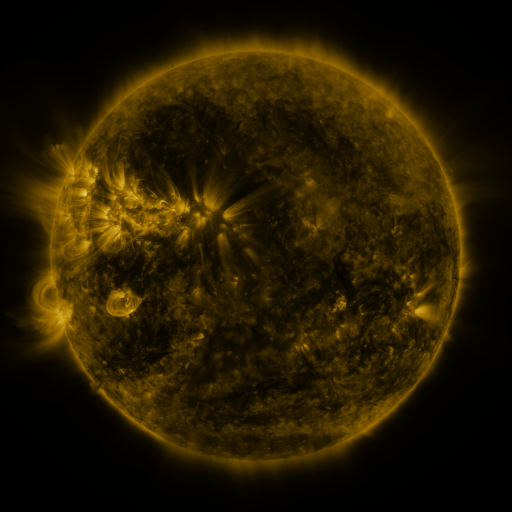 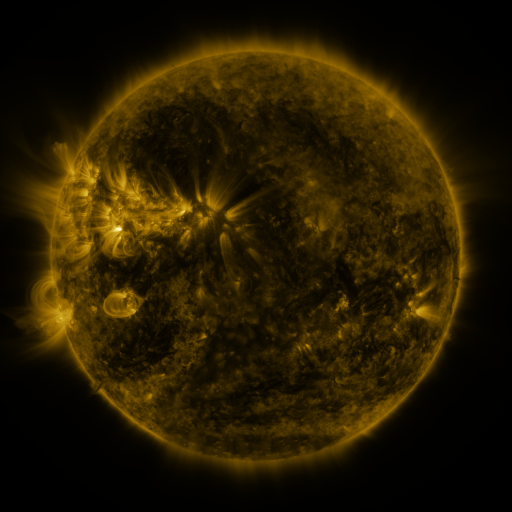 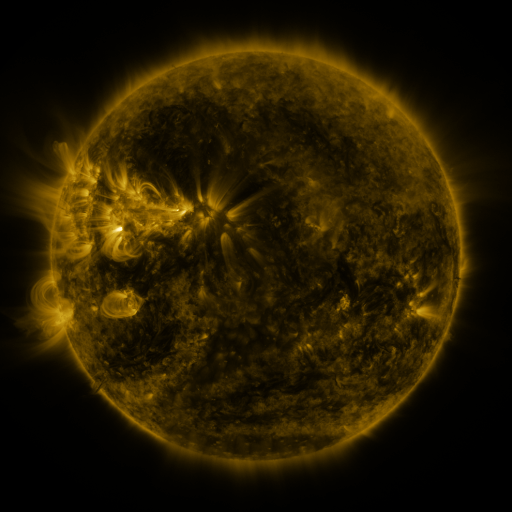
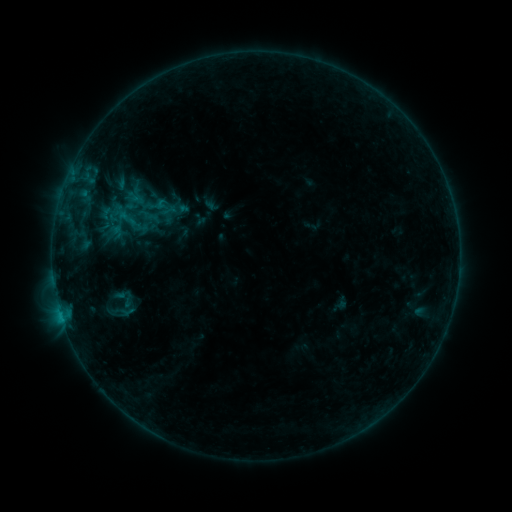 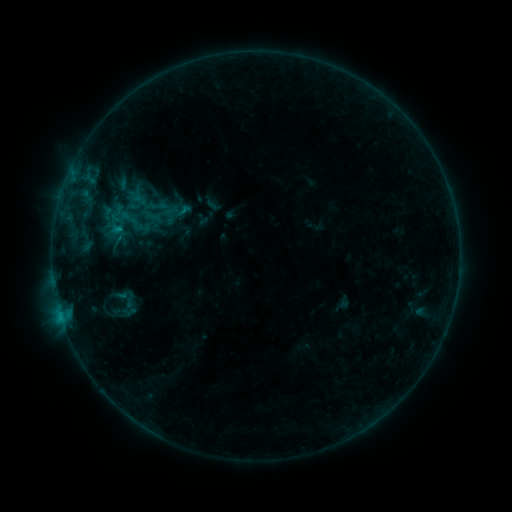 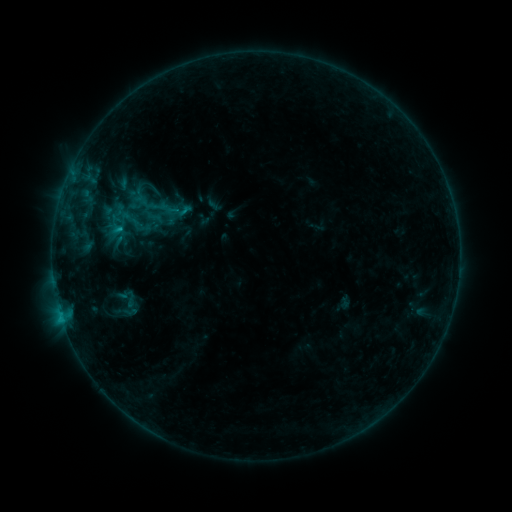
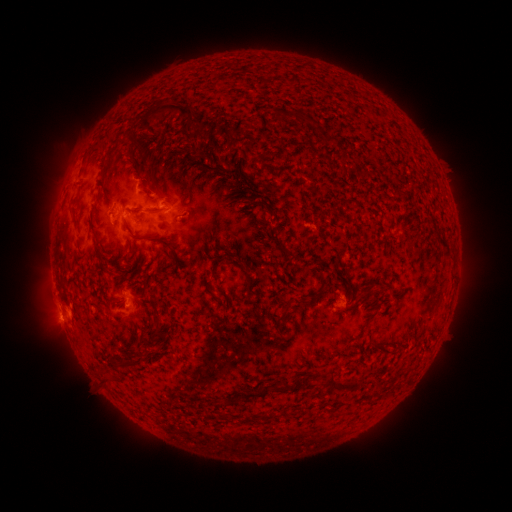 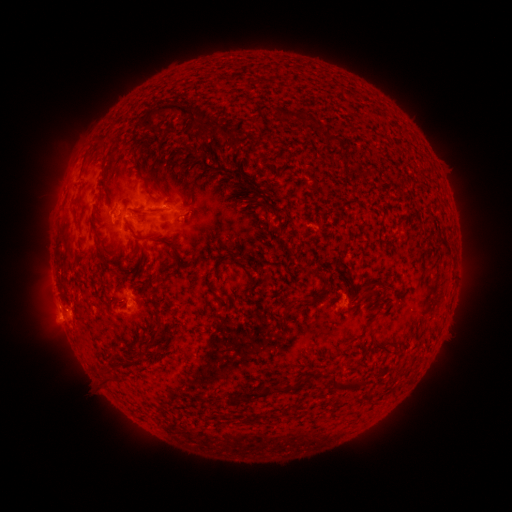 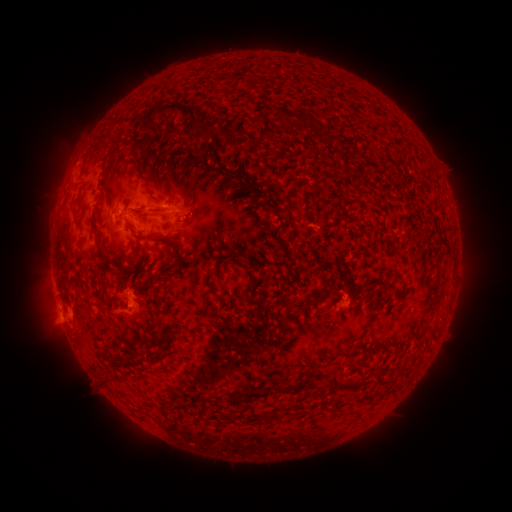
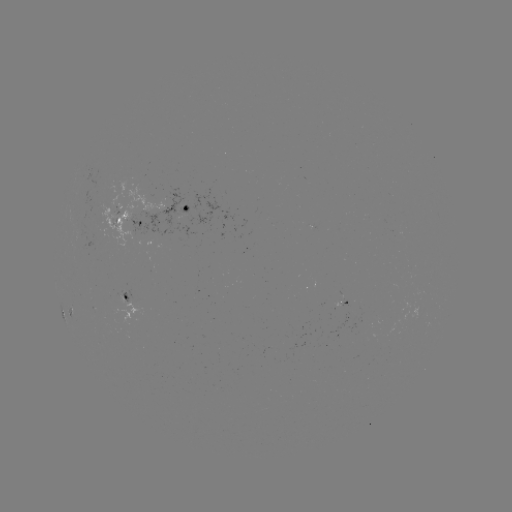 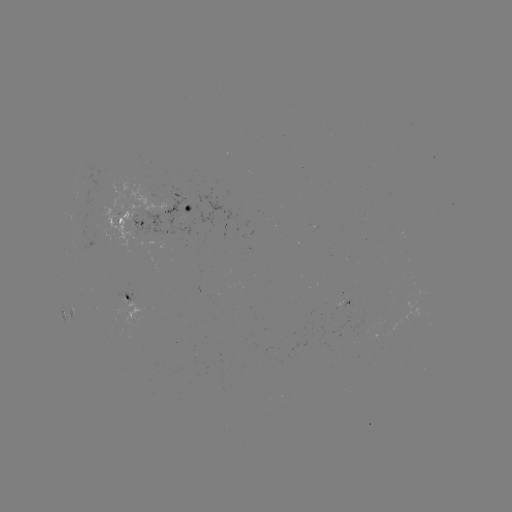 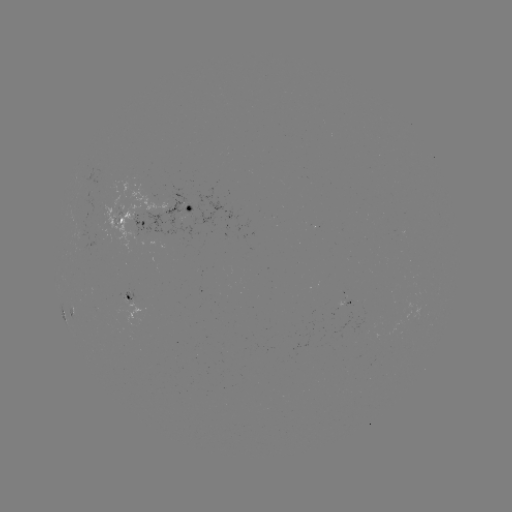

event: emerging-flux region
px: (125, 301)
